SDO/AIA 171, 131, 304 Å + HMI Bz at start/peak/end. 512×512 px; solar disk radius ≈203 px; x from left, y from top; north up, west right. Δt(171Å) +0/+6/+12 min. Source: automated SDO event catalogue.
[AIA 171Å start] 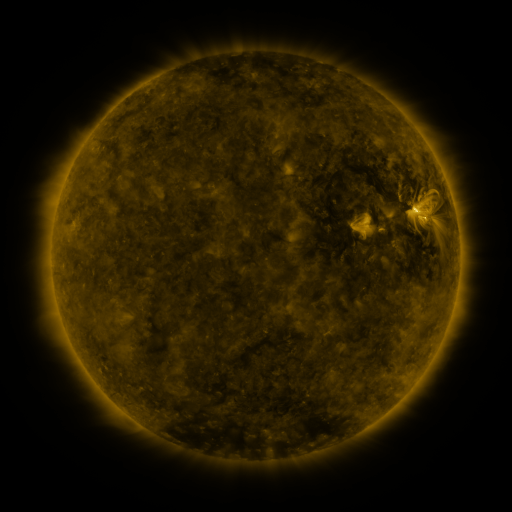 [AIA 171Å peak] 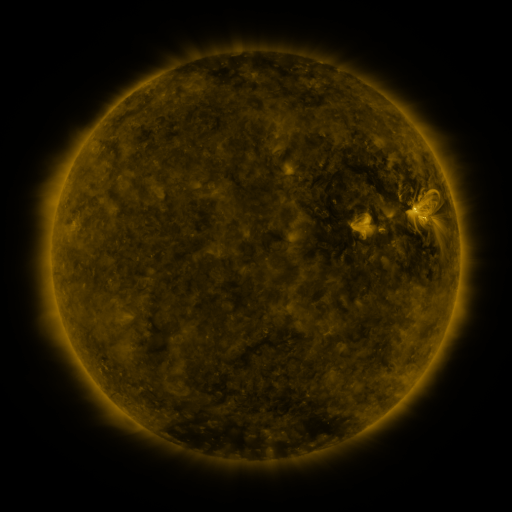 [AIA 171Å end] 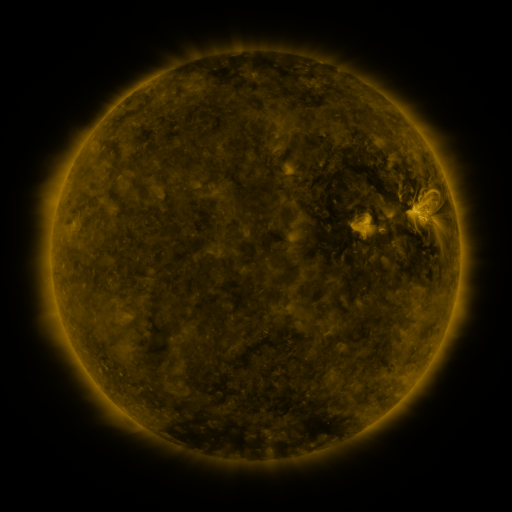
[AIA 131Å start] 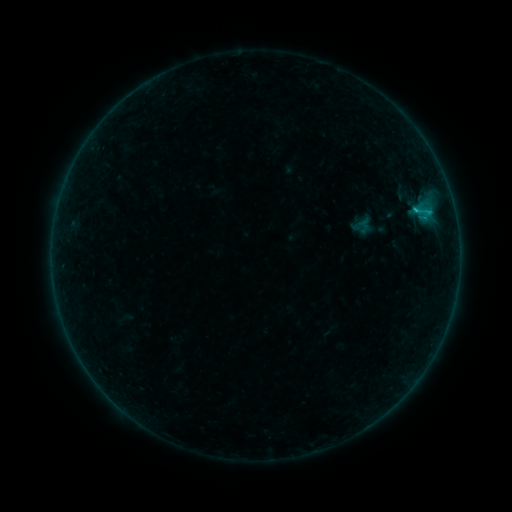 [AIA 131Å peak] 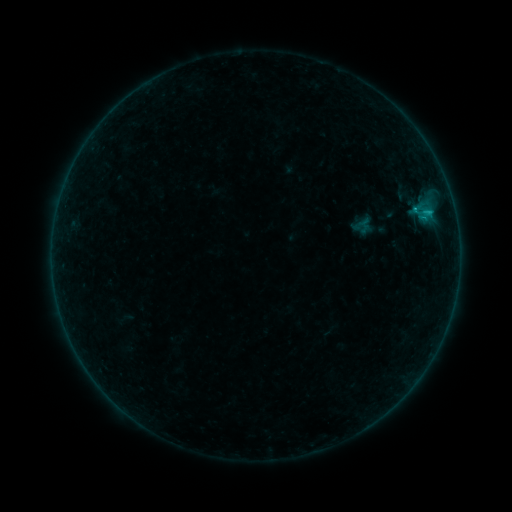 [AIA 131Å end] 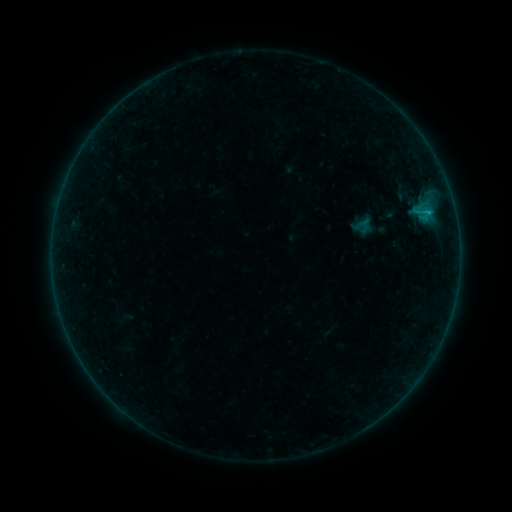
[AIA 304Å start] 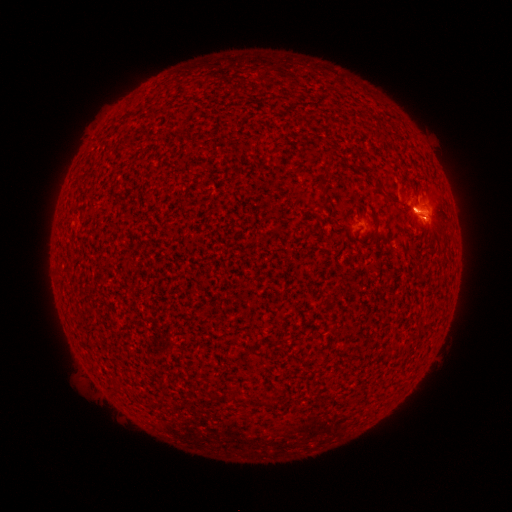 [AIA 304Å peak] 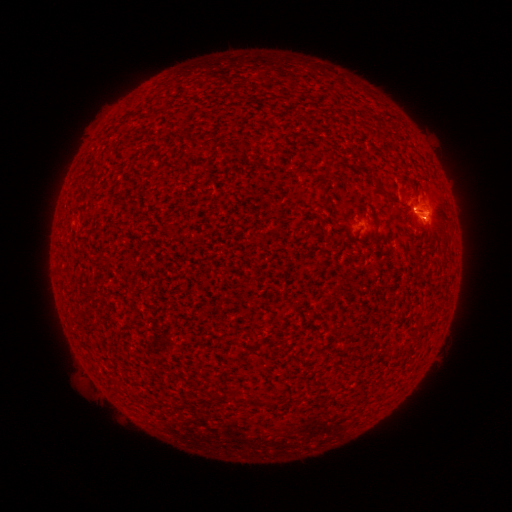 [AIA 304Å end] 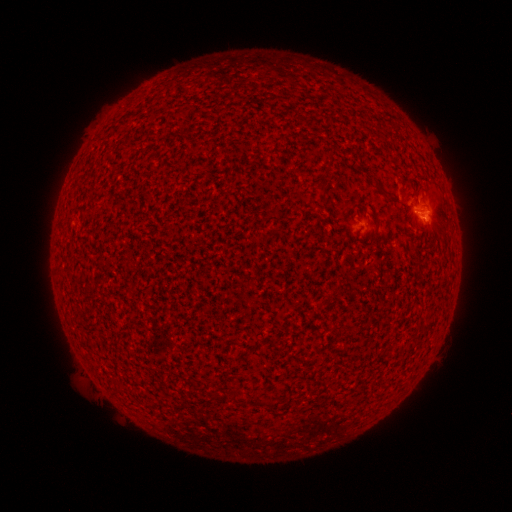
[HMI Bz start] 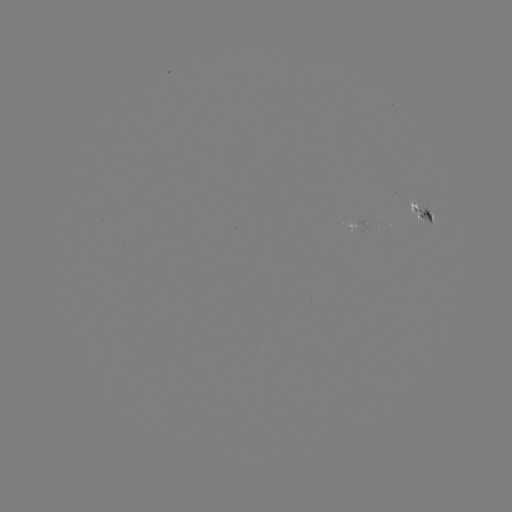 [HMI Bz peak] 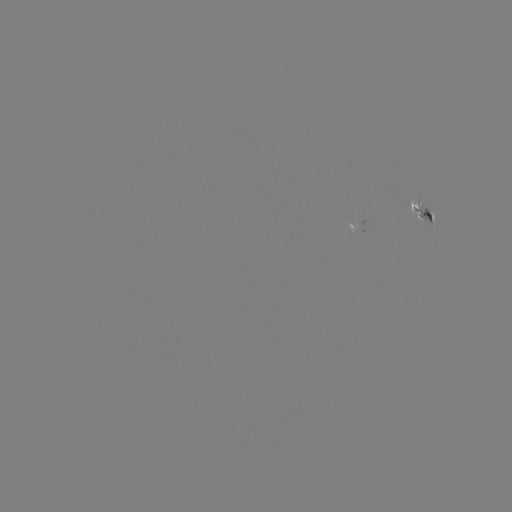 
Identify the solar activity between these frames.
B7.0 flare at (414, 209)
